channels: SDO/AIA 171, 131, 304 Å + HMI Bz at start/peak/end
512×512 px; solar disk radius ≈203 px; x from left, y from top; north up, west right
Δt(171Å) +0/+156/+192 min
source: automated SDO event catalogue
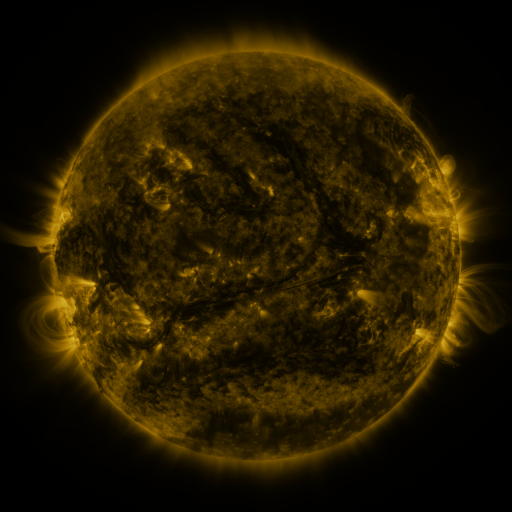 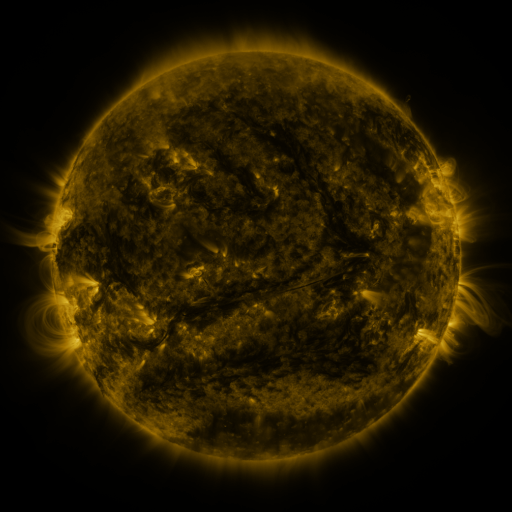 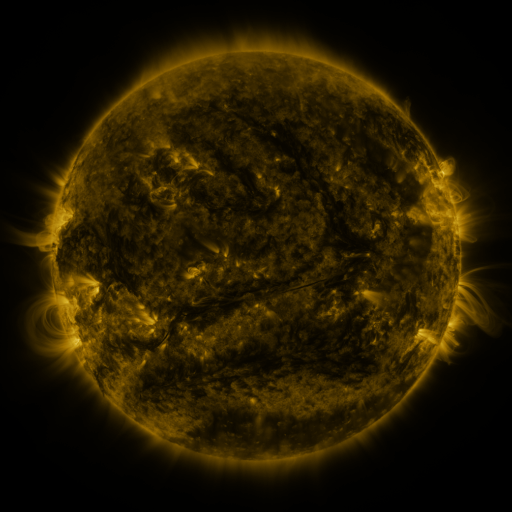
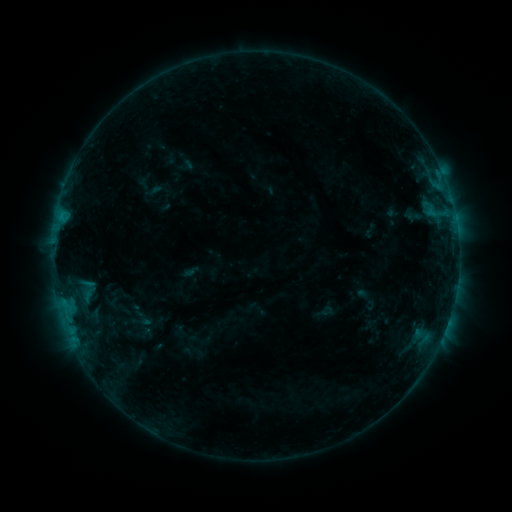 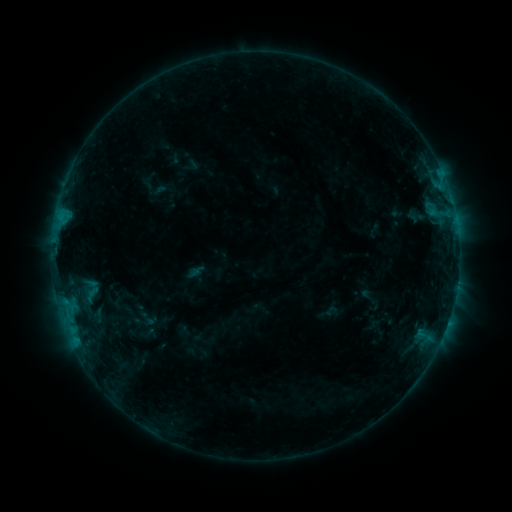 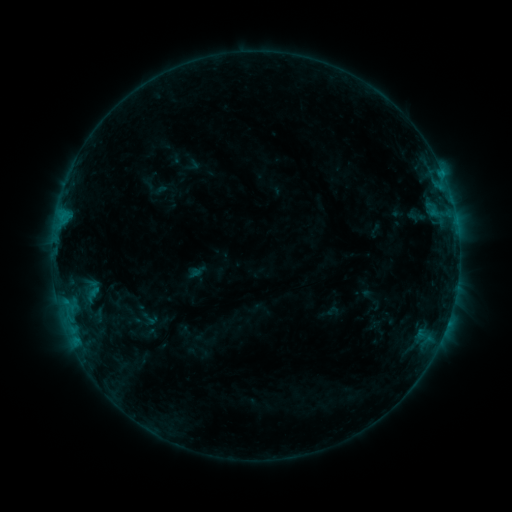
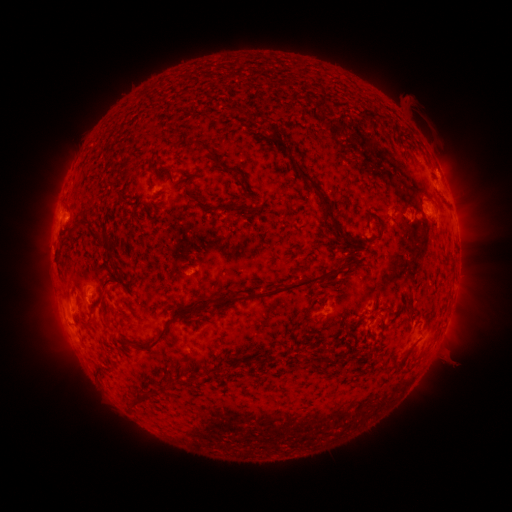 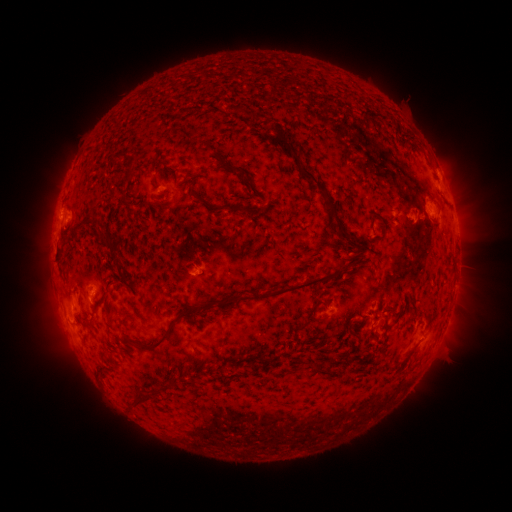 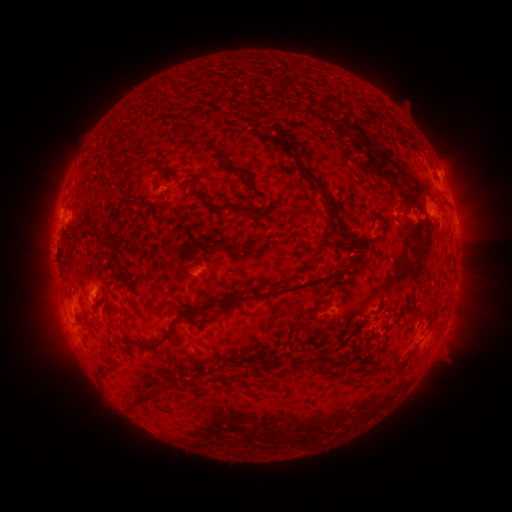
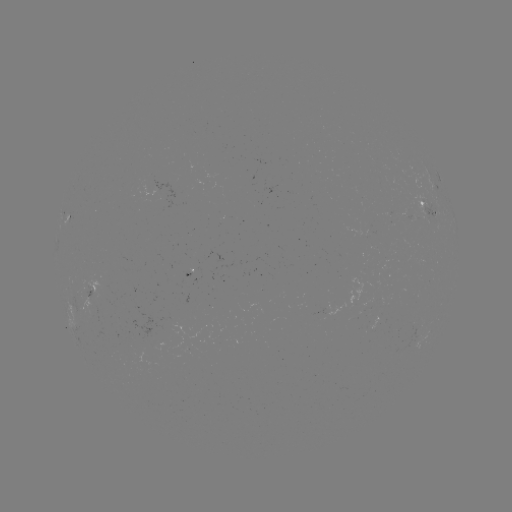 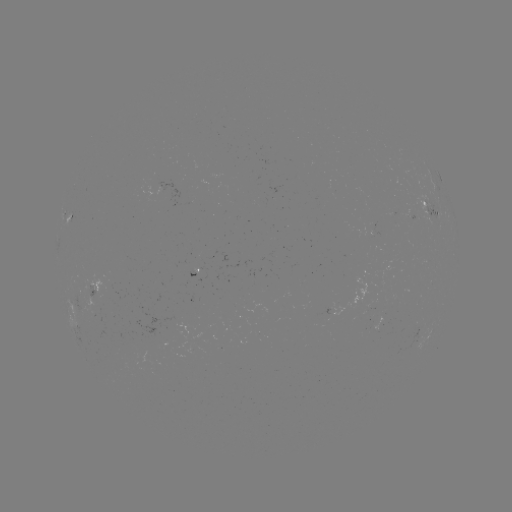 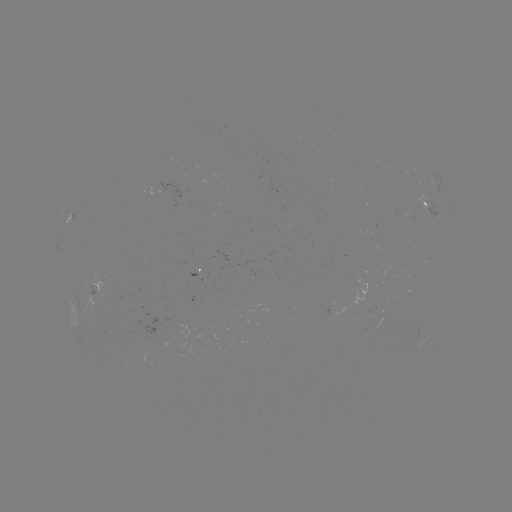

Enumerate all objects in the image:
emerging-flux region: (376, 322)
